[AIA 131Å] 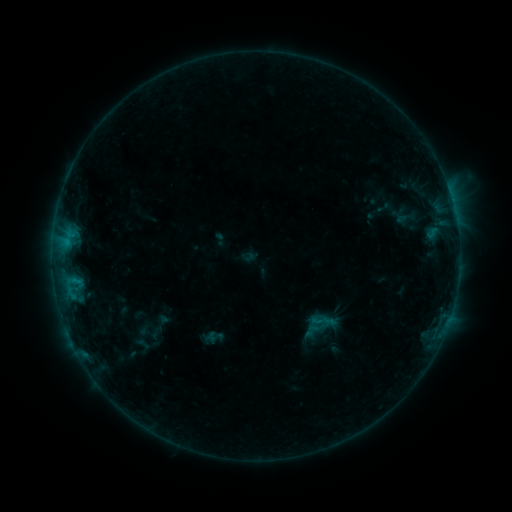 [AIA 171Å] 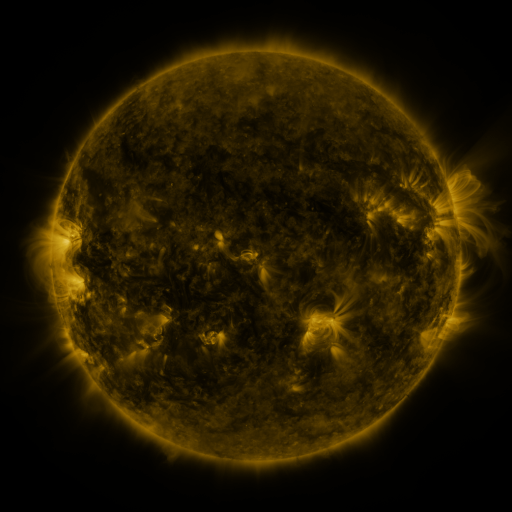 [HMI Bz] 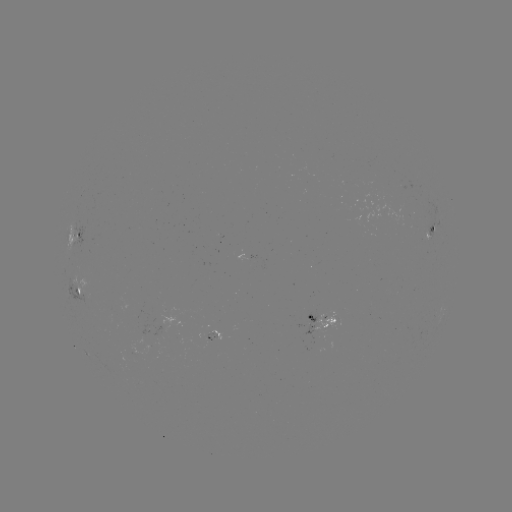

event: sigmoid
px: (322, 321)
